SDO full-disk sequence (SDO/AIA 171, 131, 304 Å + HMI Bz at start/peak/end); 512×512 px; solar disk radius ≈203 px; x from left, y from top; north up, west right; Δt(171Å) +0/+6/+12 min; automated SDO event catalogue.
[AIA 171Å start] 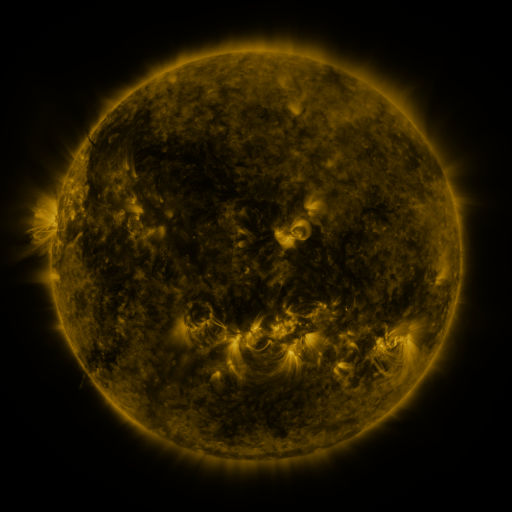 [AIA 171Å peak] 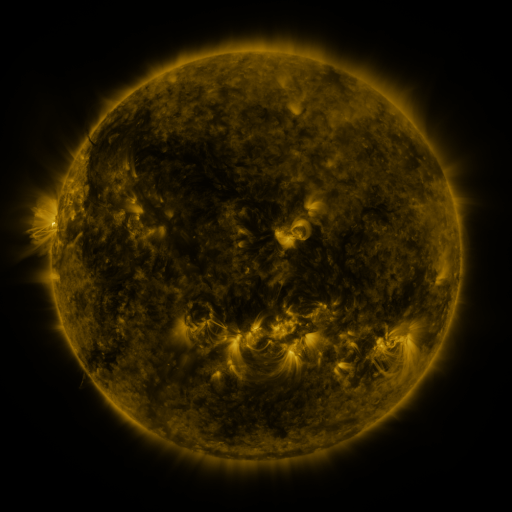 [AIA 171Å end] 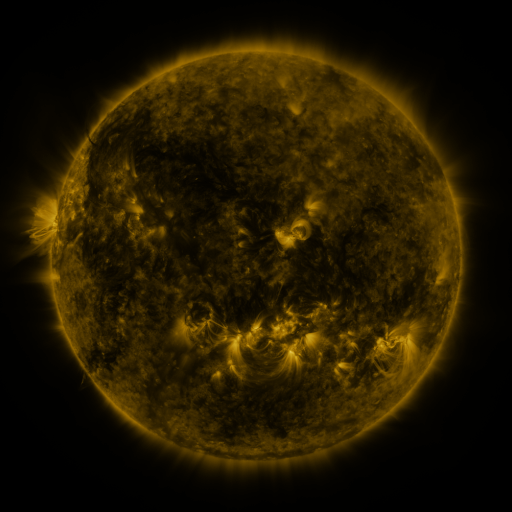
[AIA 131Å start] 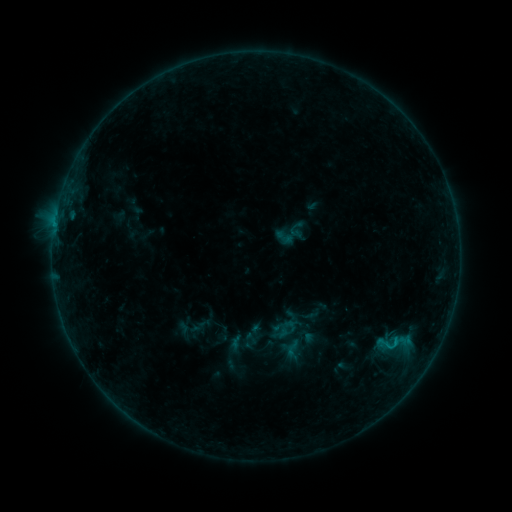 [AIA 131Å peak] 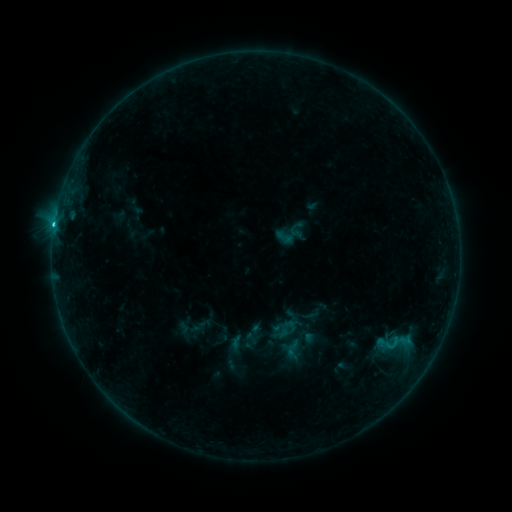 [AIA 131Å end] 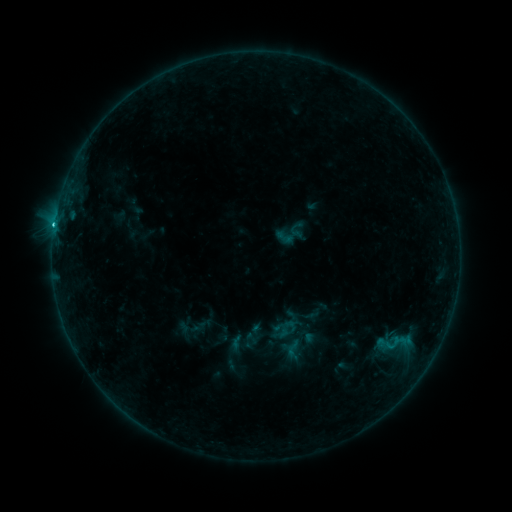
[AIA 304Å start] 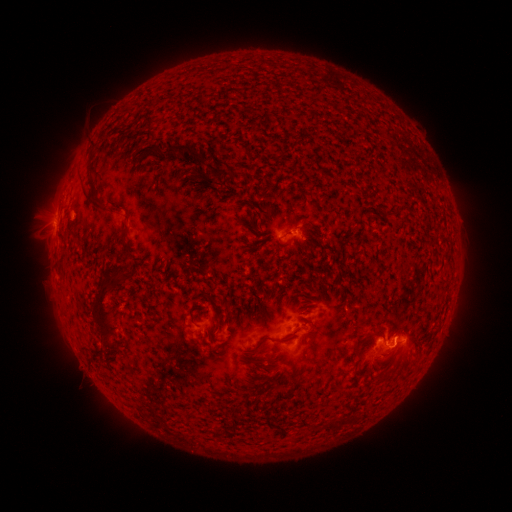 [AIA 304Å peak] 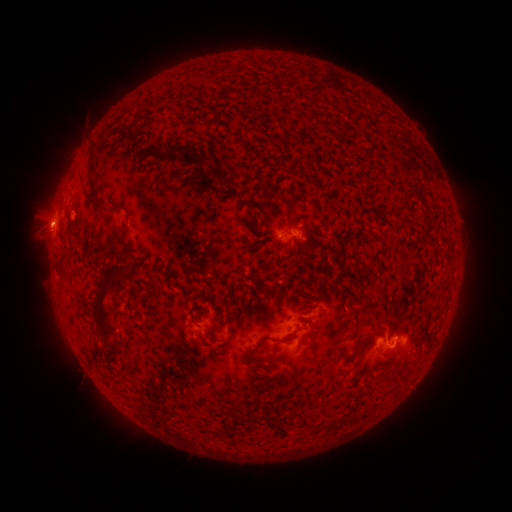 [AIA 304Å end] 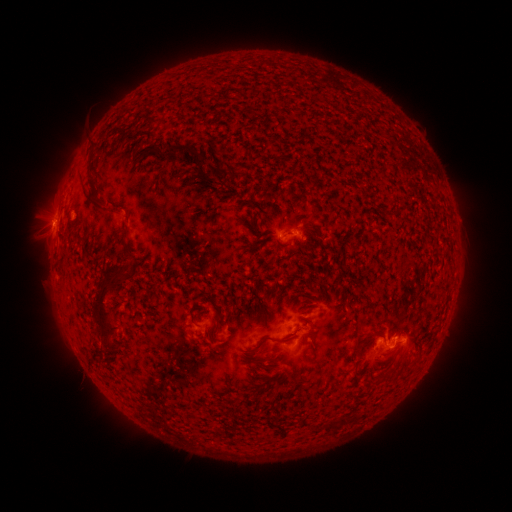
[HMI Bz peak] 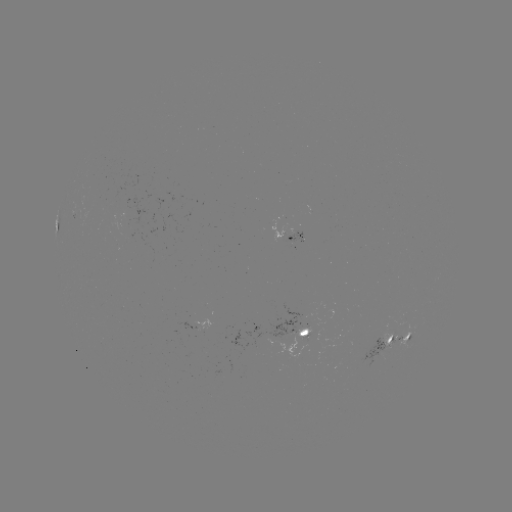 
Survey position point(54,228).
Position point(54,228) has C2.6 flare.